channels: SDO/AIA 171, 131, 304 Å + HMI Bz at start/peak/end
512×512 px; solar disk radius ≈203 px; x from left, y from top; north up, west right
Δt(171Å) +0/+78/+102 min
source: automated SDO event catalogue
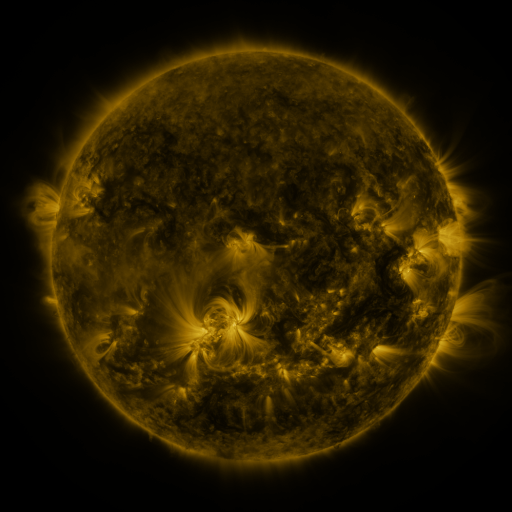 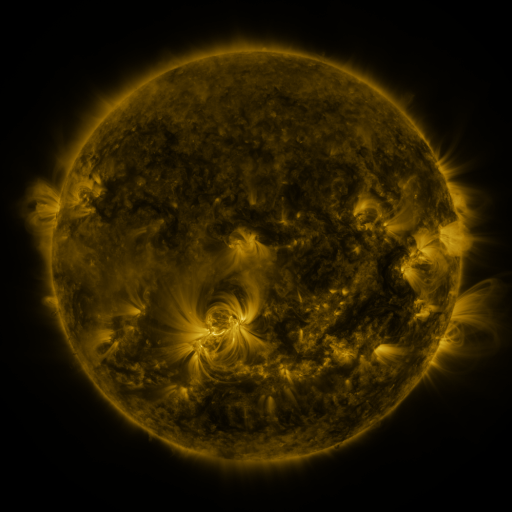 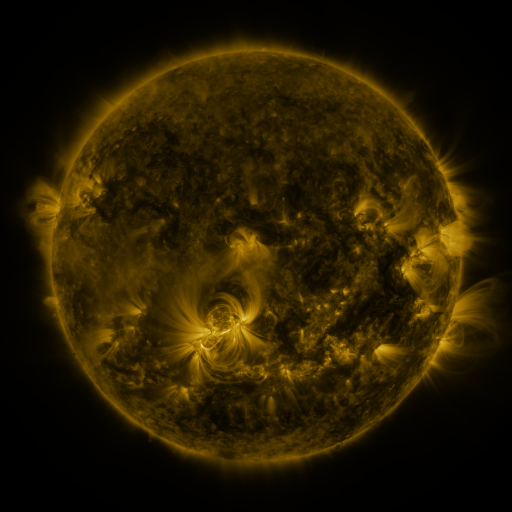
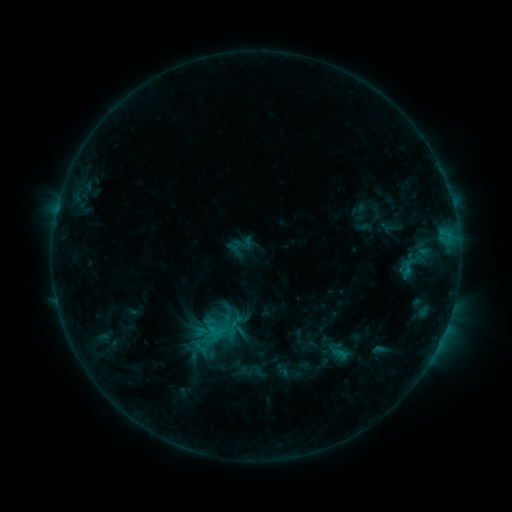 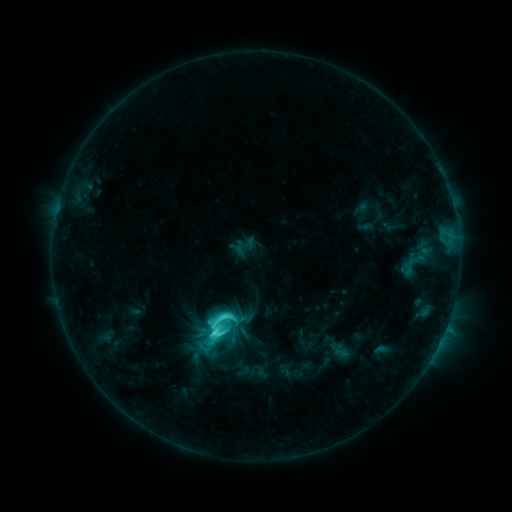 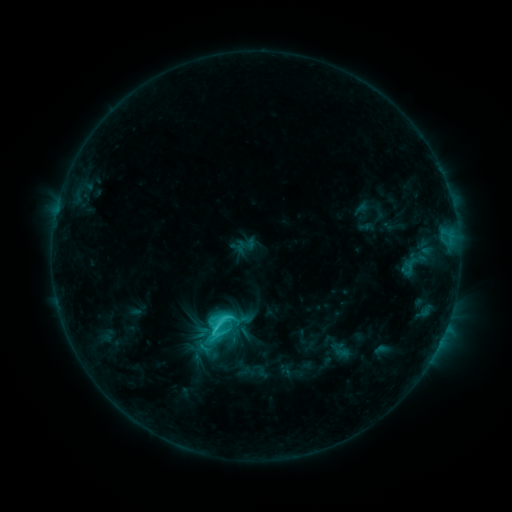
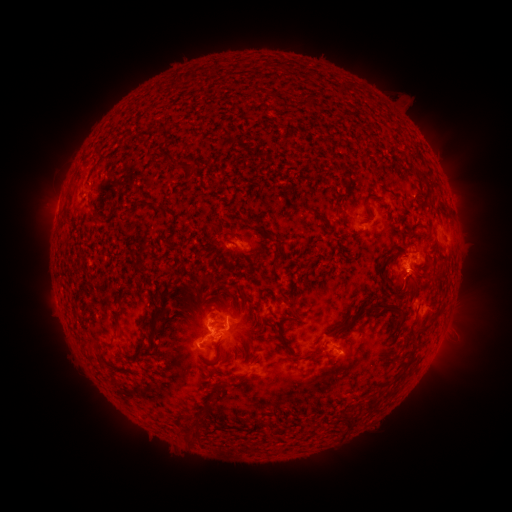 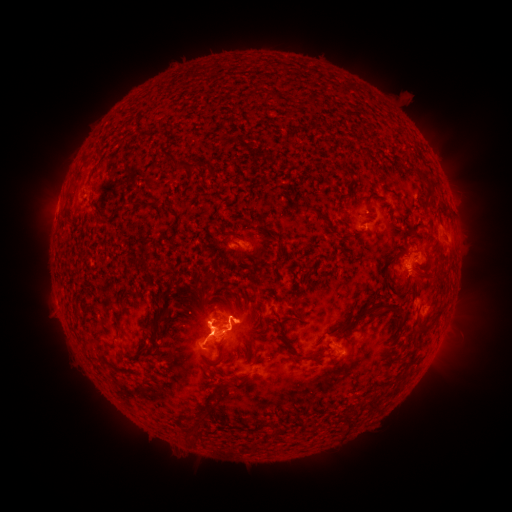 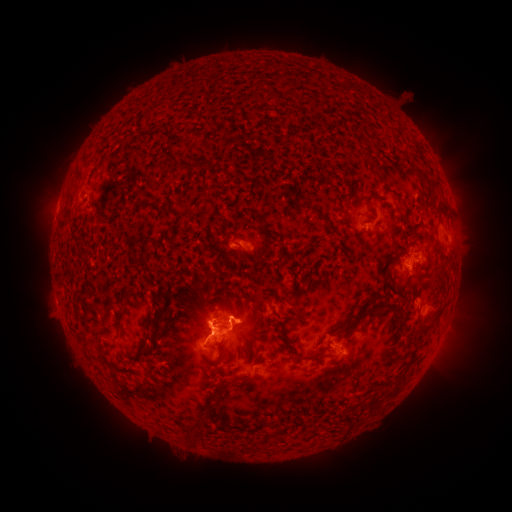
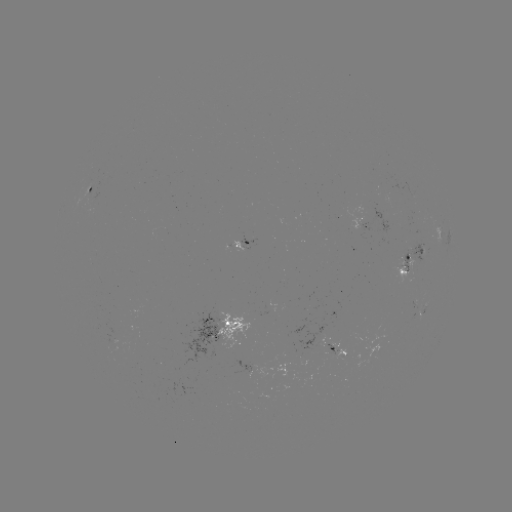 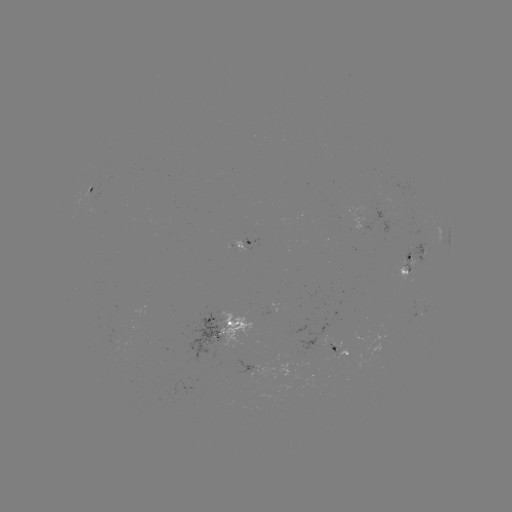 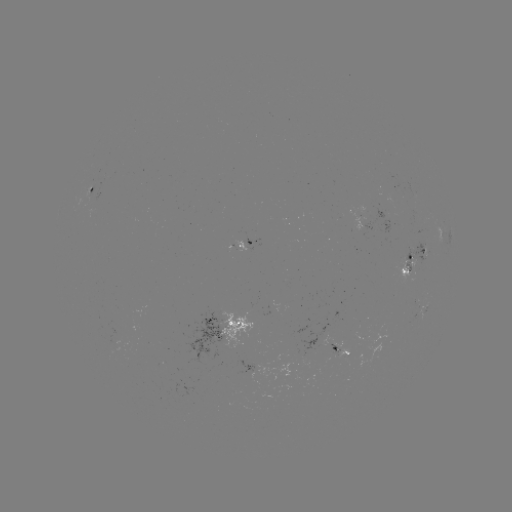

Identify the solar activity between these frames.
C7.2 flare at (218, 332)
